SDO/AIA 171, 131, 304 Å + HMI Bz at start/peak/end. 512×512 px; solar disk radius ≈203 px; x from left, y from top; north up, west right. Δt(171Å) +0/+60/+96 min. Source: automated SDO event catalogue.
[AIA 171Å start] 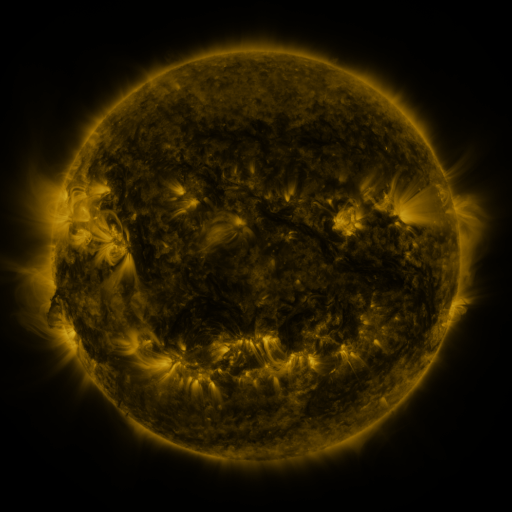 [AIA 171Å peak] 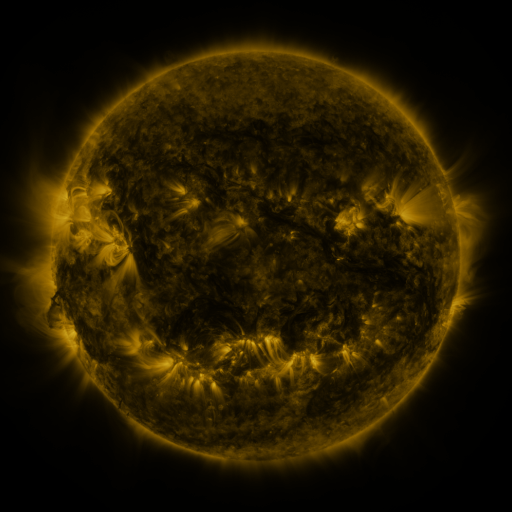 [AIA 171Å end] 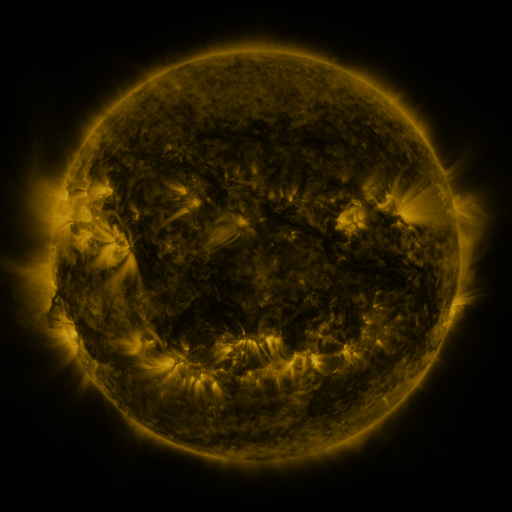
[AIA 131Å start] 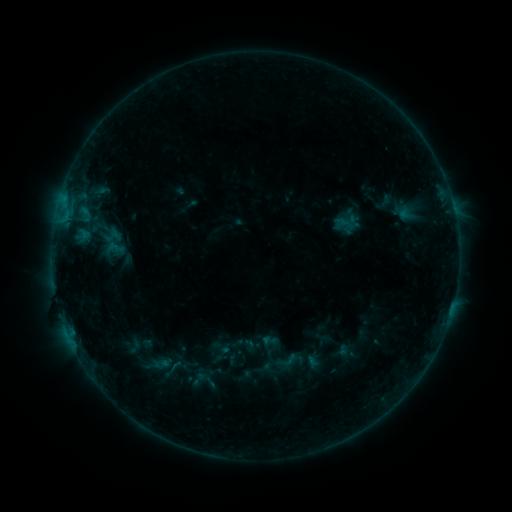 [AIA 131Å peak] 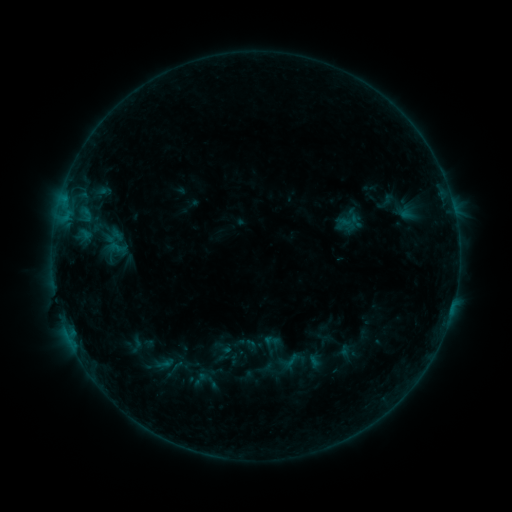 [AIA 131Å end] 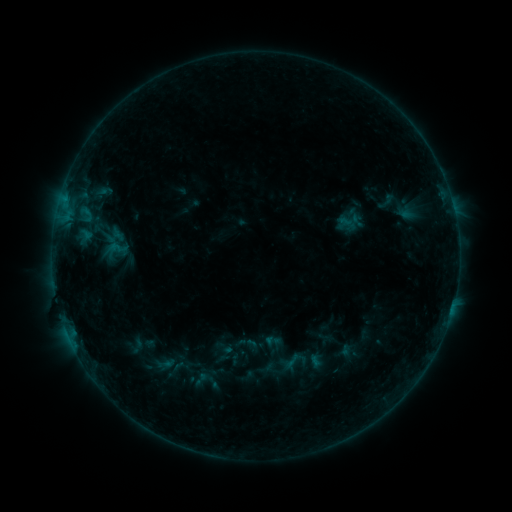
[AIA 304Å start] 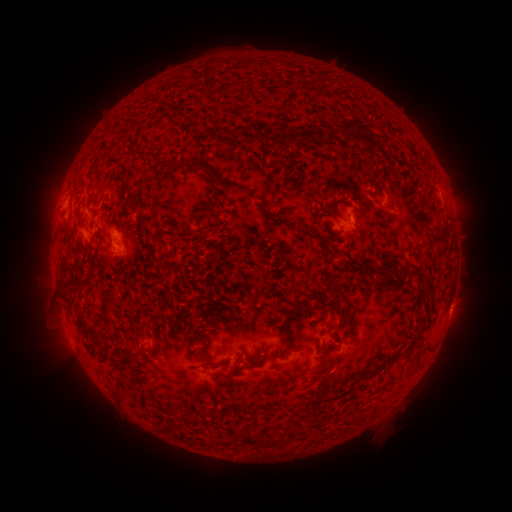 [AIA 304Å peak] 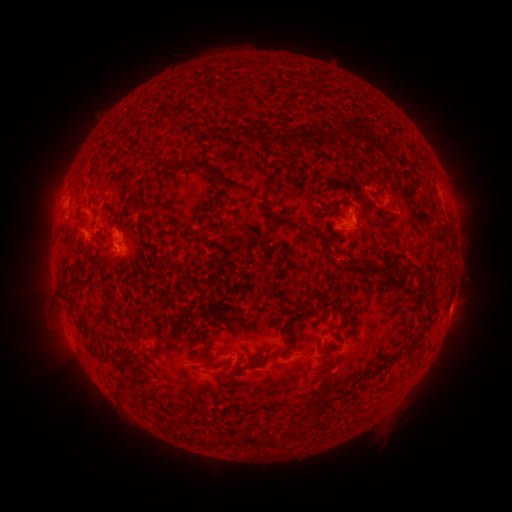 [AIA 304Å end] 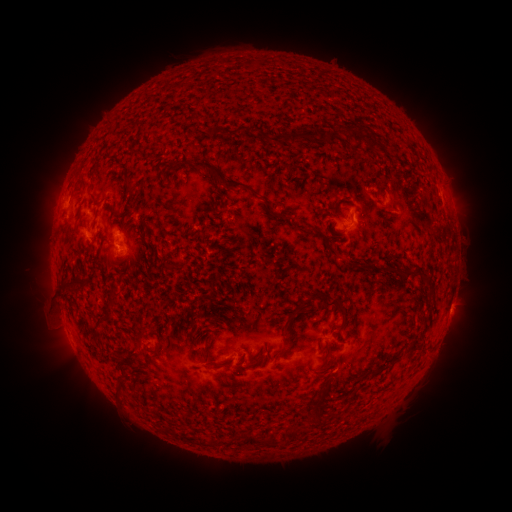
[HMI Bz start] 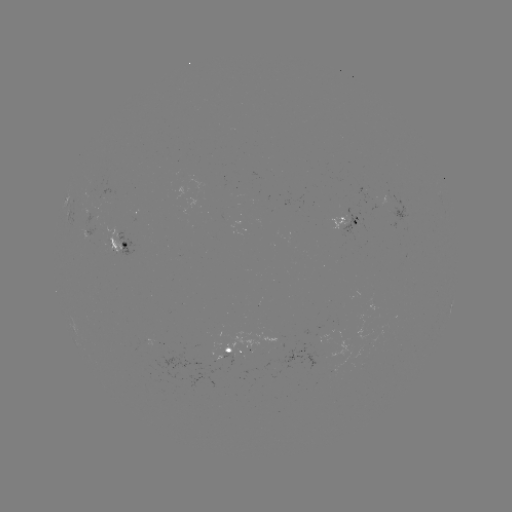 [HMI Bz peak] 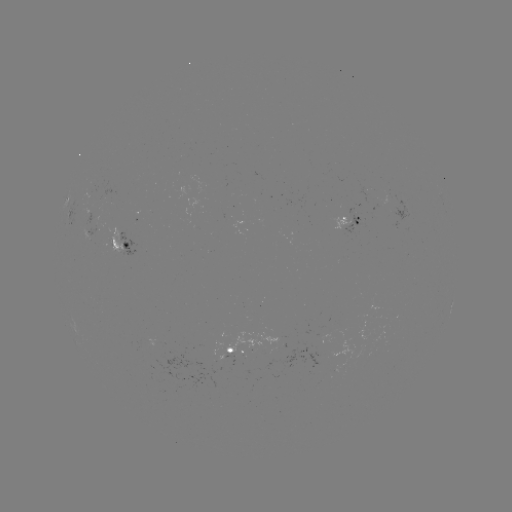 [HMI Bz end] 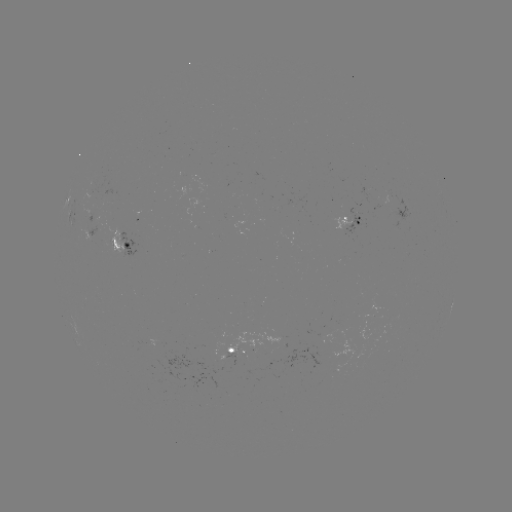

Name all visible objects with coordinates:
emerging-flux region: (231, 356)
